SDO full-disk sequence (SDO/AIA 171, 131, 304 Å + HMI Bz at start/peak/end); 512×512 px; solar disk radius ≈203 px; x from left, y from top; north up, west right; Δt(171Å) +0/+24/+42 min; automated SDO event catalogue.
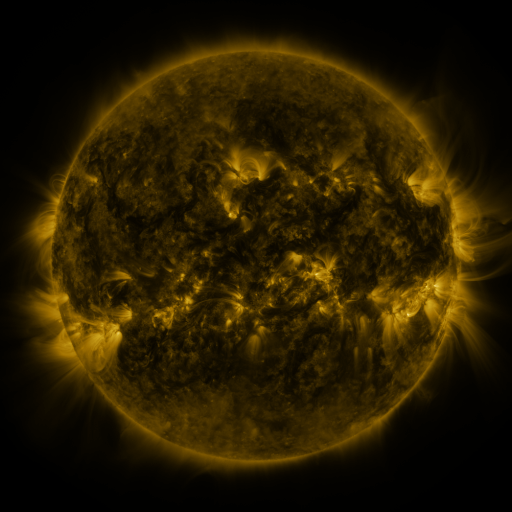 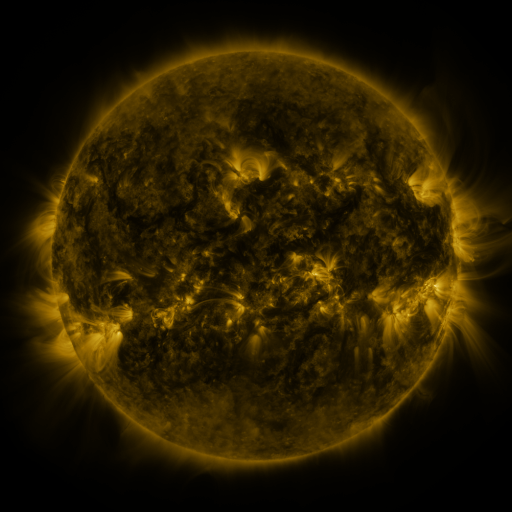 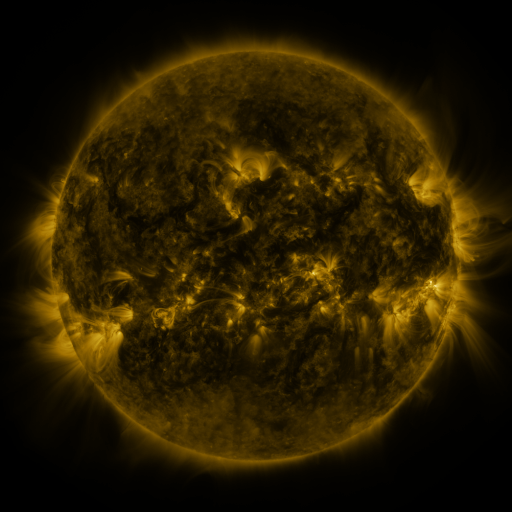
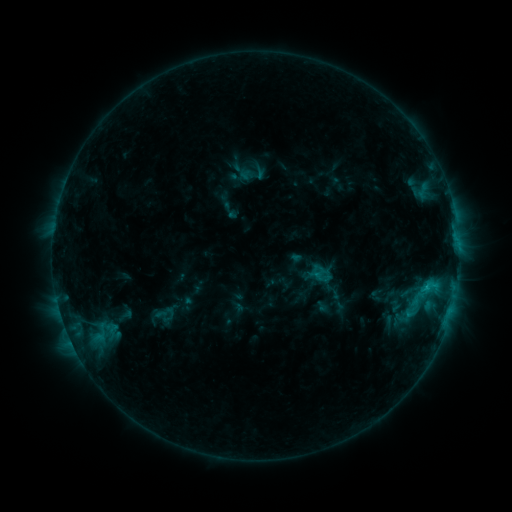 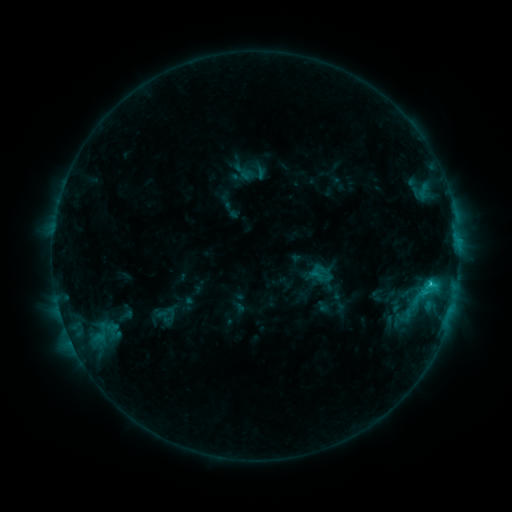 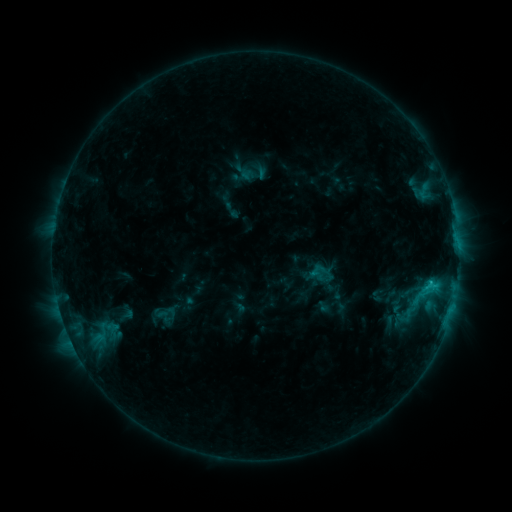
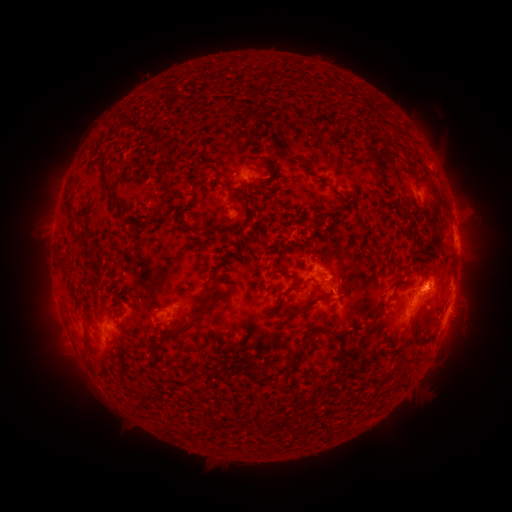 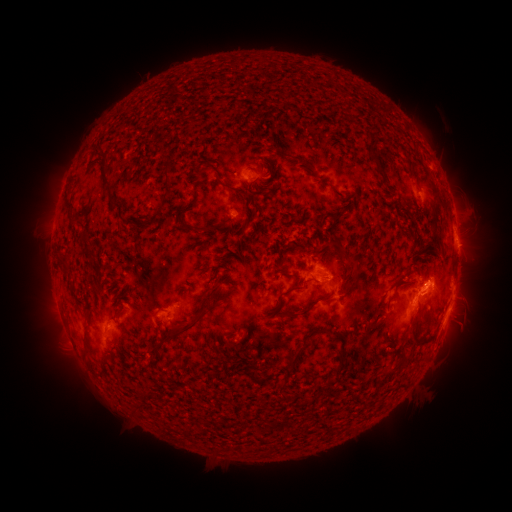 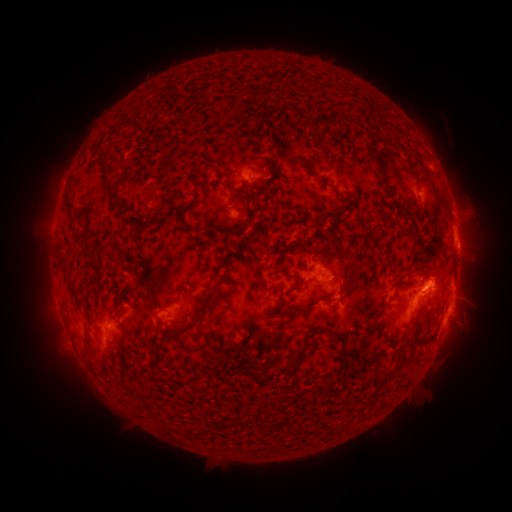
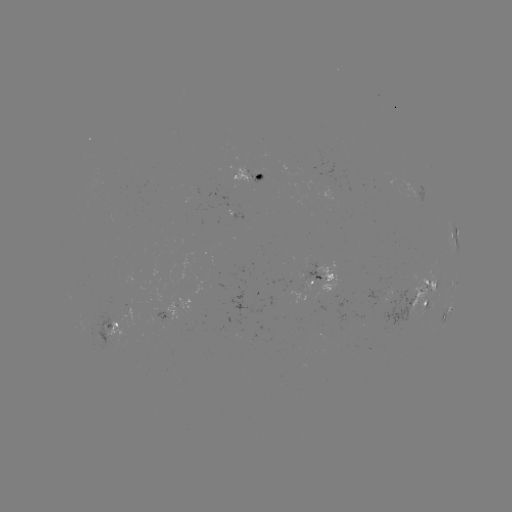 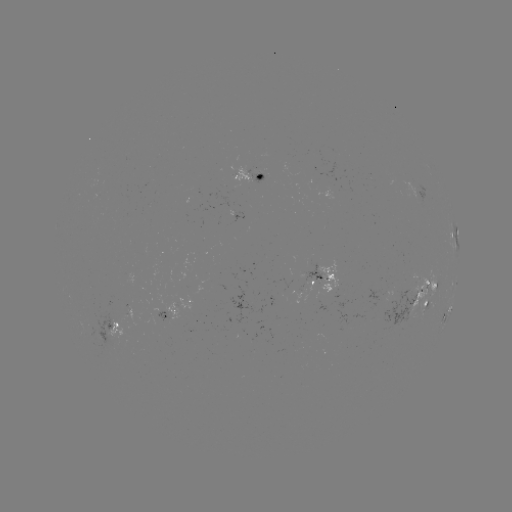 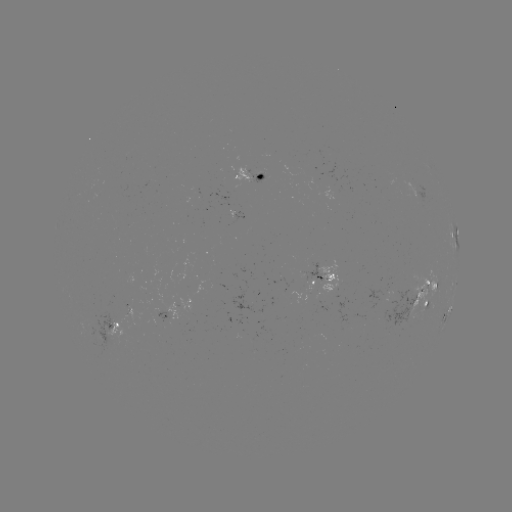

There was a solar flare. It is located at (429, 282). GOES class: C1.7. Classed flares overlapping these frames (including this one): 1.